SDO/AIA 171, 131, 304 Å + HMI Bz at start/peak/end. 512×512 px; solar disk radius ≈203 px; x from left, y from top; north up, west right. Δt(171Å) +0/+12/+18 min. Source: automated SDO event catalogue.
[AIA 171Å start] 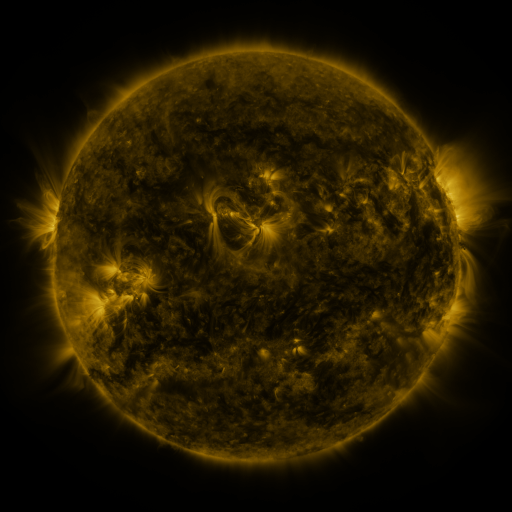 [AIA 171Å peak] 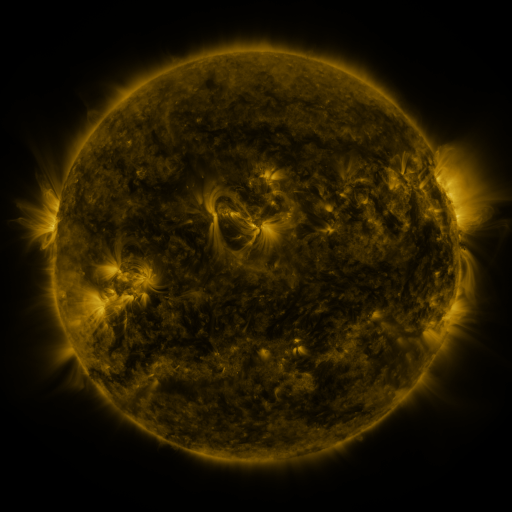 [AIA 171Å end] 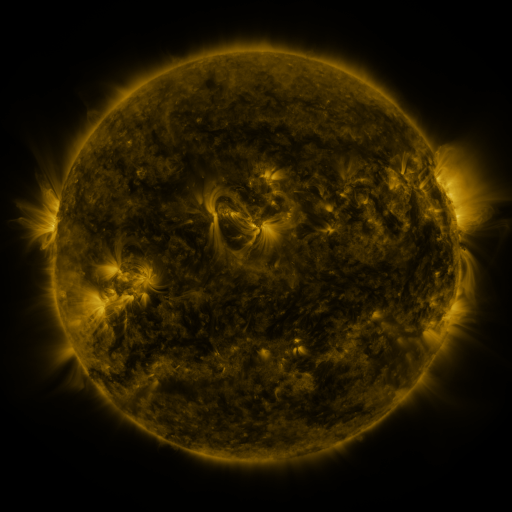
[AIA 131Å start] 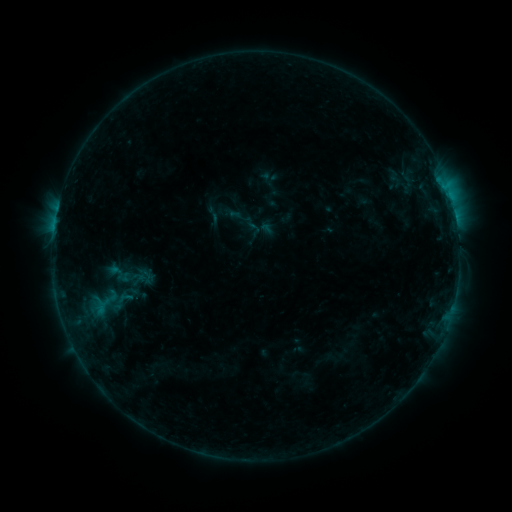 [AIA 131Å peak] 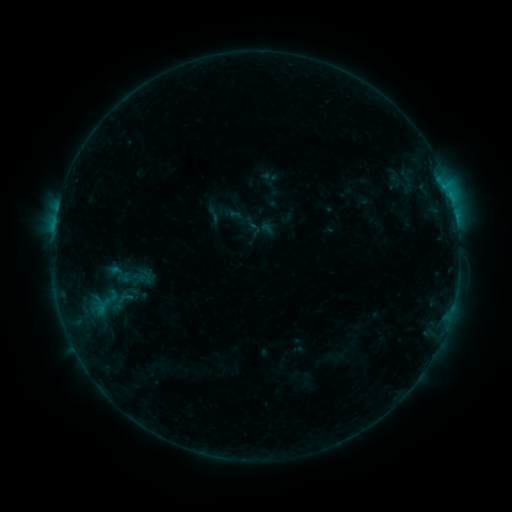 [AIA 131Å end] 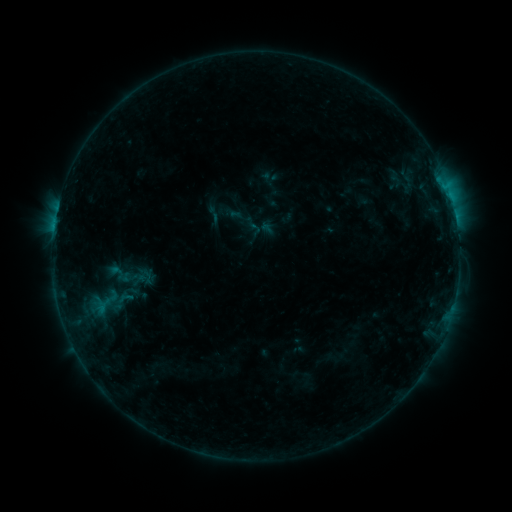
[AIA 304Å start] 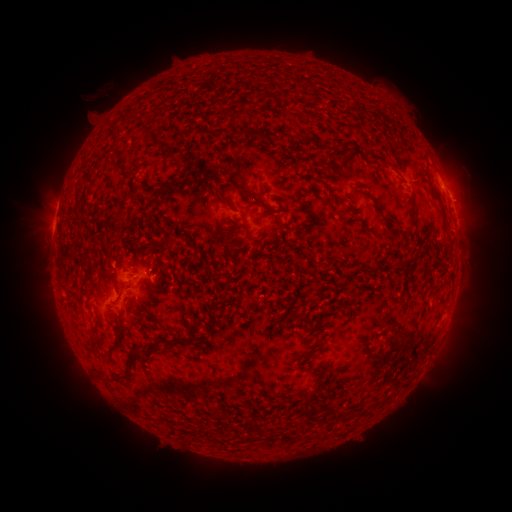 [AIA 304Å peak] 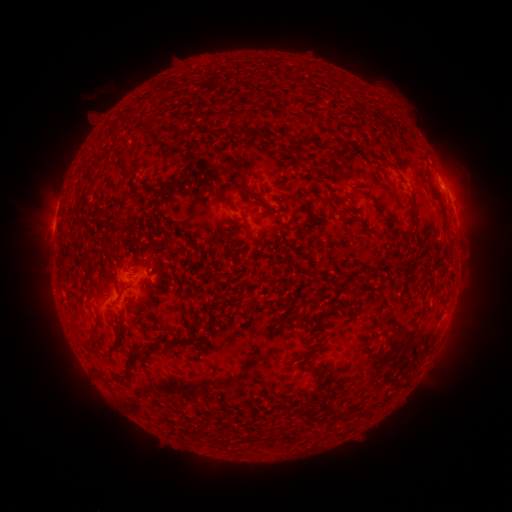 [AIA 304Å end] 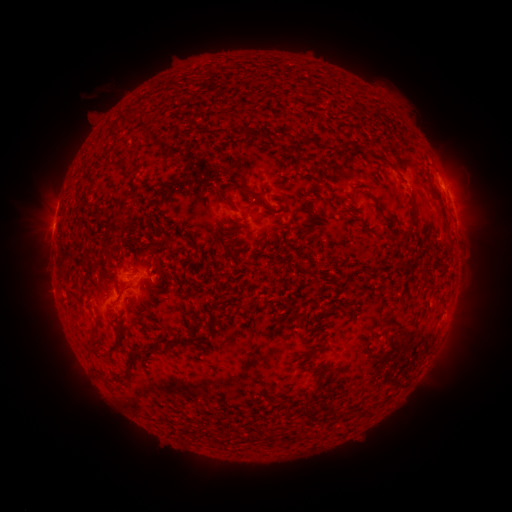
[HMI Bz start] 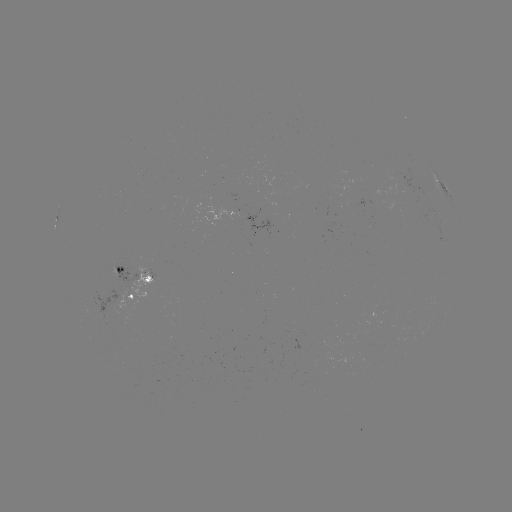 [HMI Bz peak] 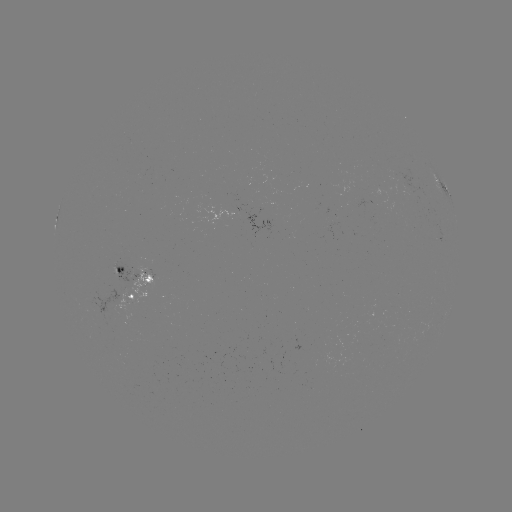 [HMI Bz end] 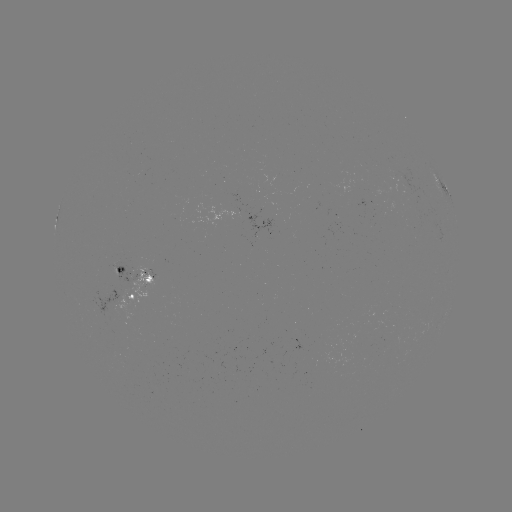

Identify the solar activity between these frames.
no catalogued flare and no flagged EUV brightening in this window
